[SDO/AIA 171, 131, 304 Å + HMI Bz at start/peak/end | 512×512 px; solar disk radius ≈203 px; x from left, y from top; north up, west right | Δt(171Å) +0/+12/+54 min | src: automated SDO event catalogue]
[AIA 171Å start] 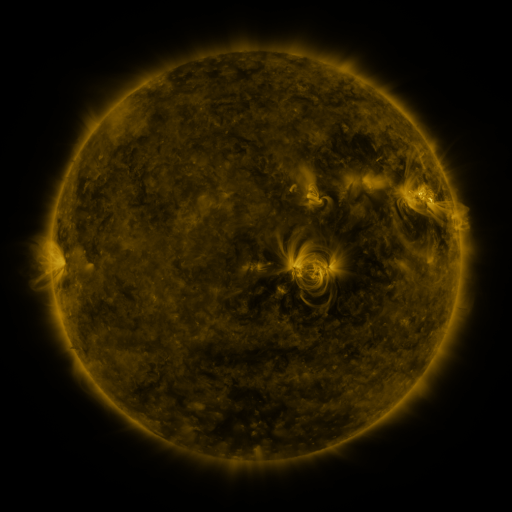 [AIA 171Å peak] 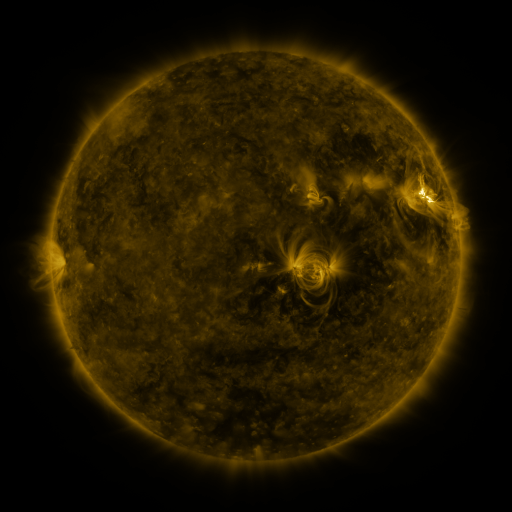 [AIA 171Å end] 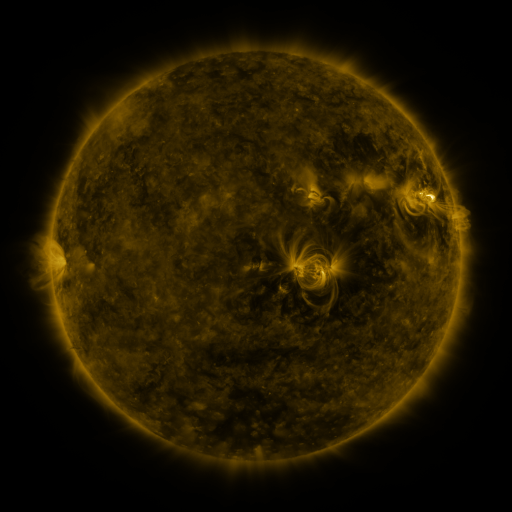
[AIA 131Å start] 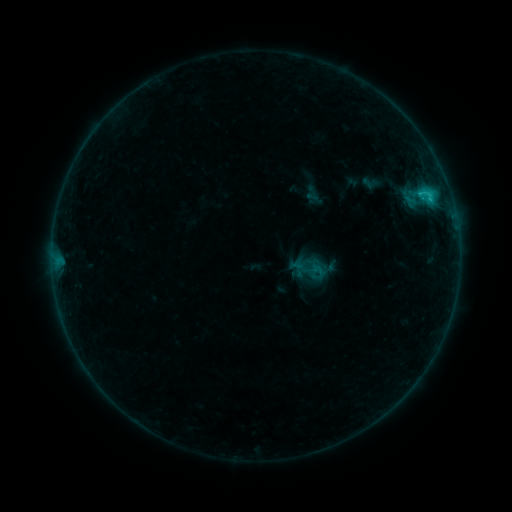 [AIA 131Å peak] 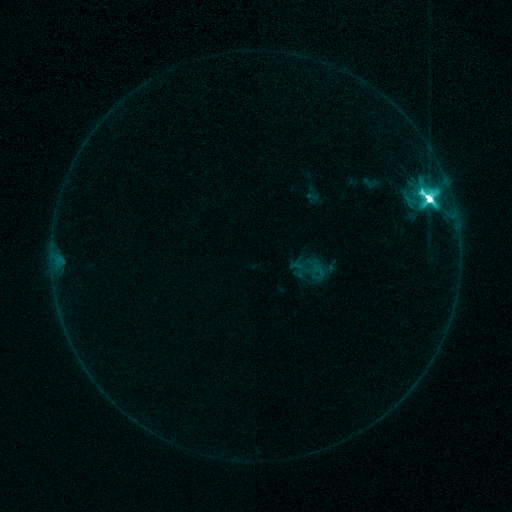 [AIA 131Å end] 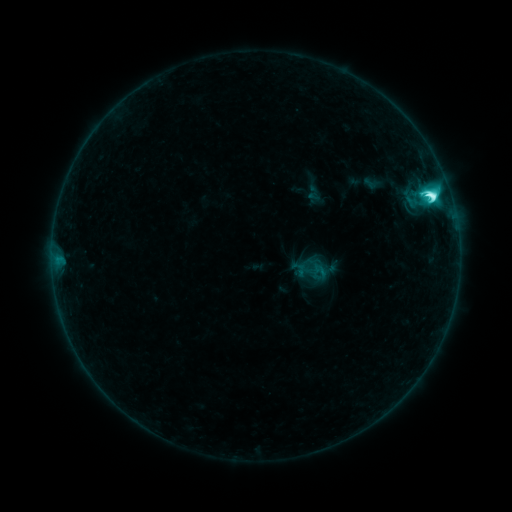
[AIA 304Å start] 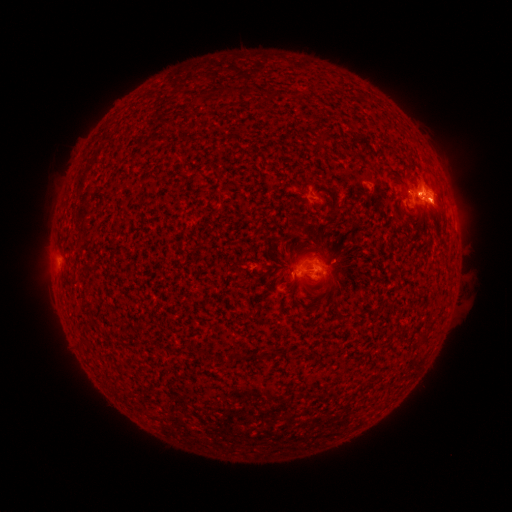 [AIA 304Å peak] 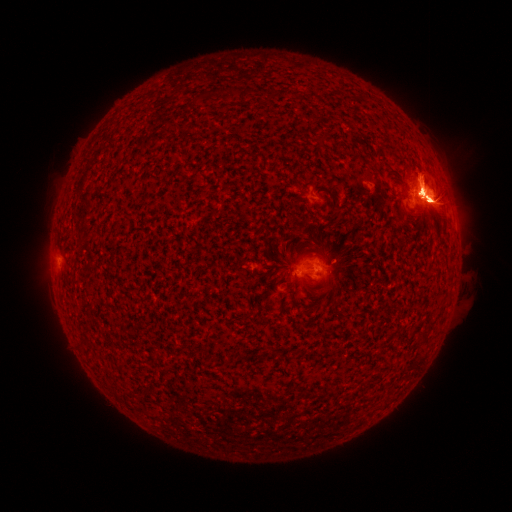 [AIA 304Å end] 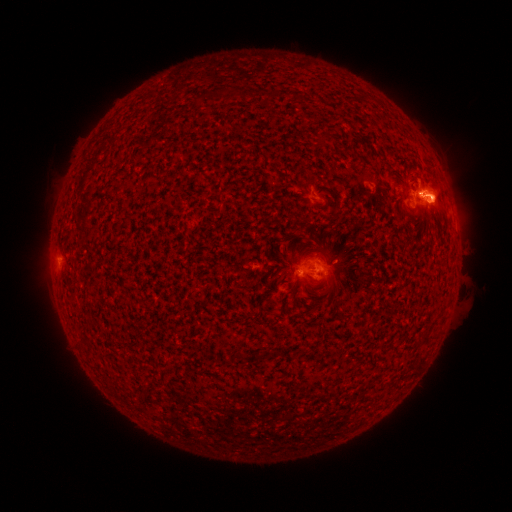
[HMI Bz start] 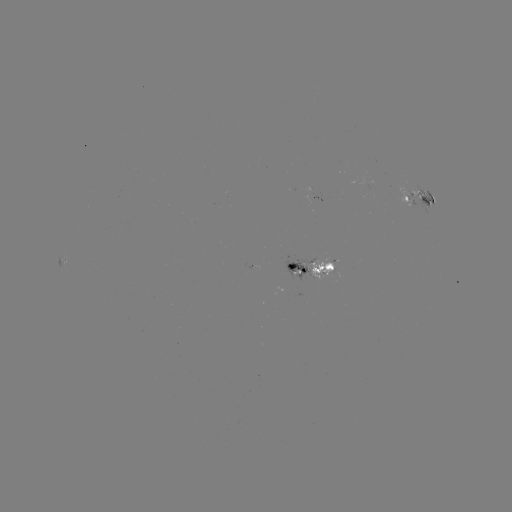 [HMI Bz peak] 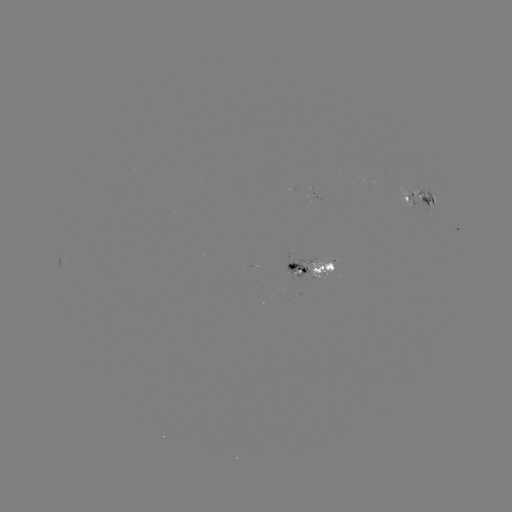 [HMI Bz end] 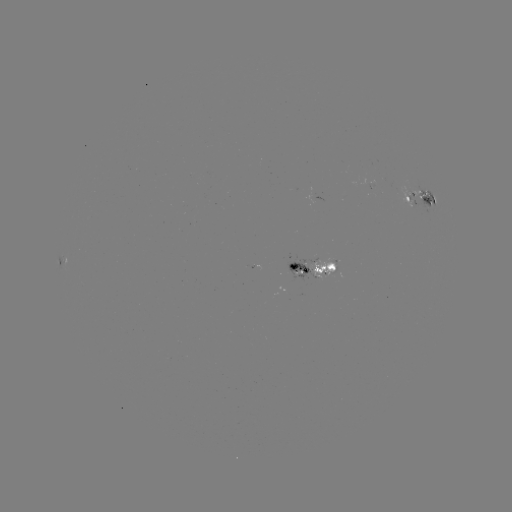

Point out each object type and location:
M5.3 flare: (428, 202)
